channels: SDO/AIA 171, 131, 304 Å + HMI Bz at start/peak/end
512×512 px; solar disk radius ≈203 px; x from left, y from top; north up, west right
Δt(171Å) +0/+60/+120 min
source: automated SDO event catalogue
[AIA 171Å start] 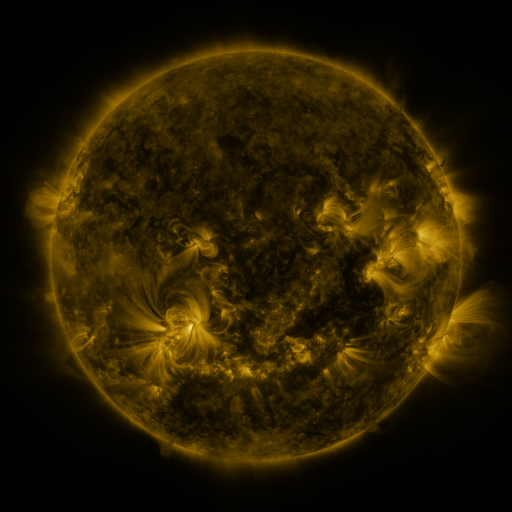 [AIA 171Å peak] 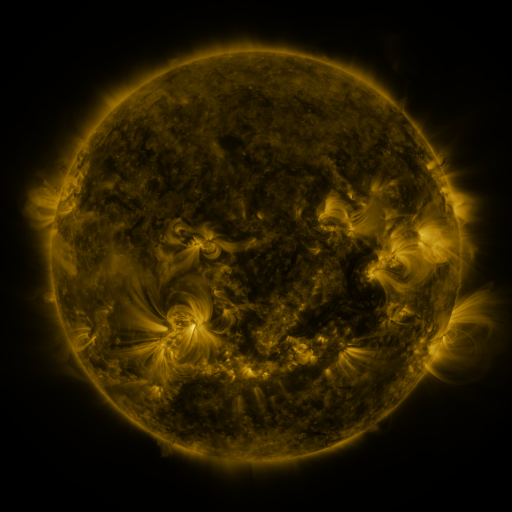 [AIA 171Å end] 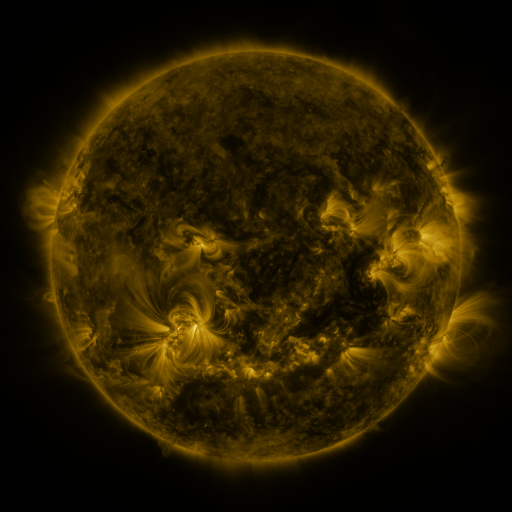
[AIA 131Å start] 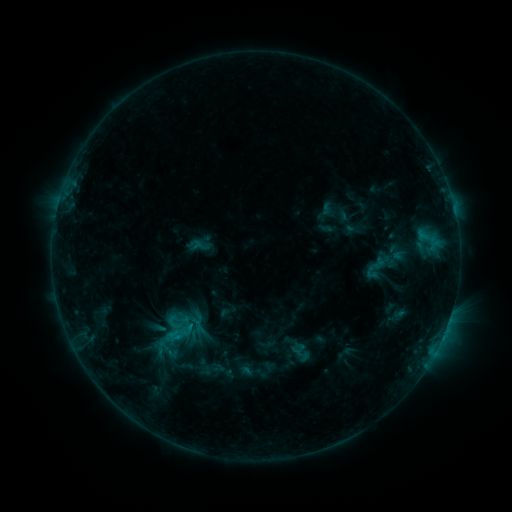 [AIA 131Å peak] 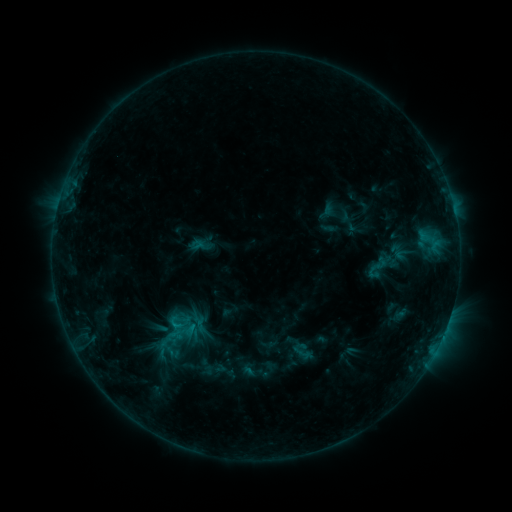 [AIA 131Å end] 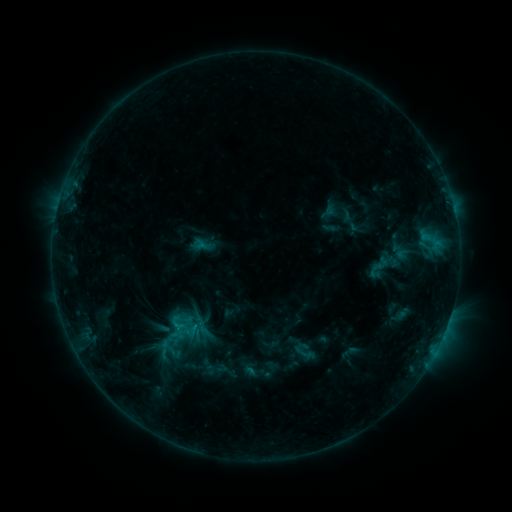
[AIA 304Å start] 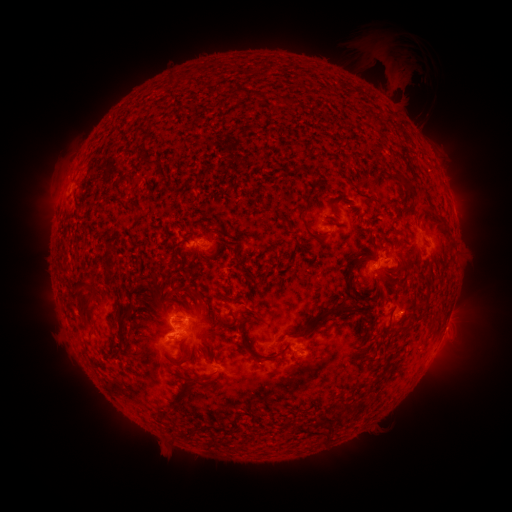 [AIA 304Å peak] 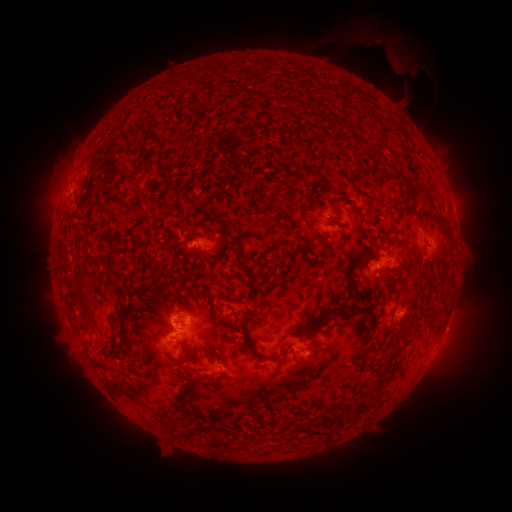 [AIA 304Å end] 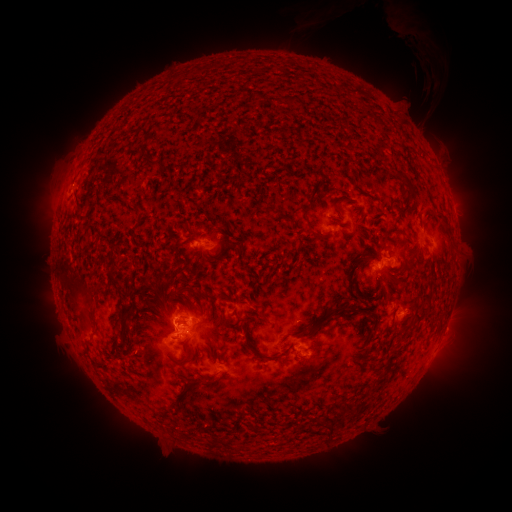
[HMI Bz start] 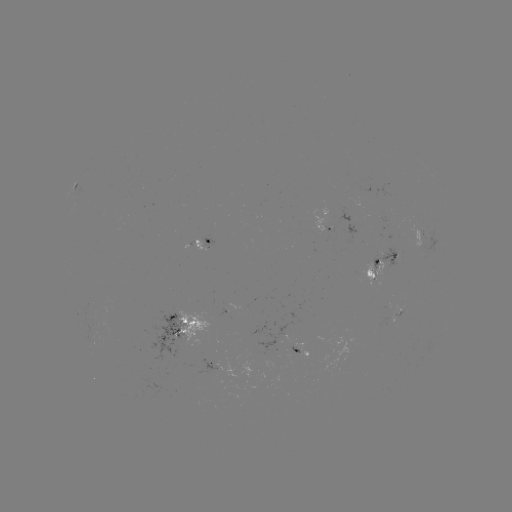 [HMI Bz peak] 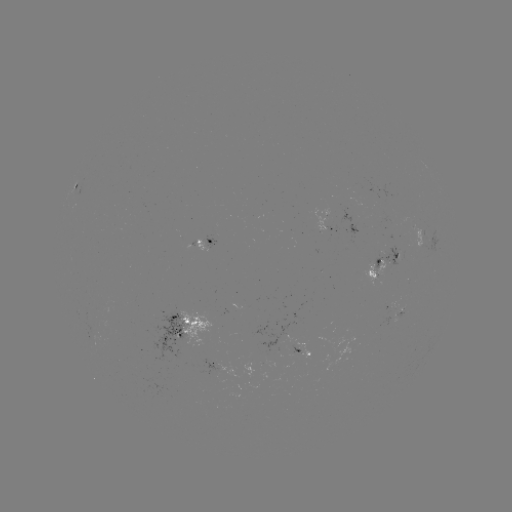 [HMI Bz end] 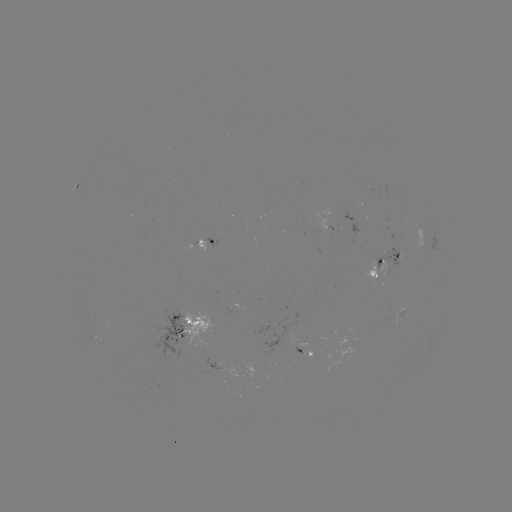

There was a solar eruption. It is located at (391, 47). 